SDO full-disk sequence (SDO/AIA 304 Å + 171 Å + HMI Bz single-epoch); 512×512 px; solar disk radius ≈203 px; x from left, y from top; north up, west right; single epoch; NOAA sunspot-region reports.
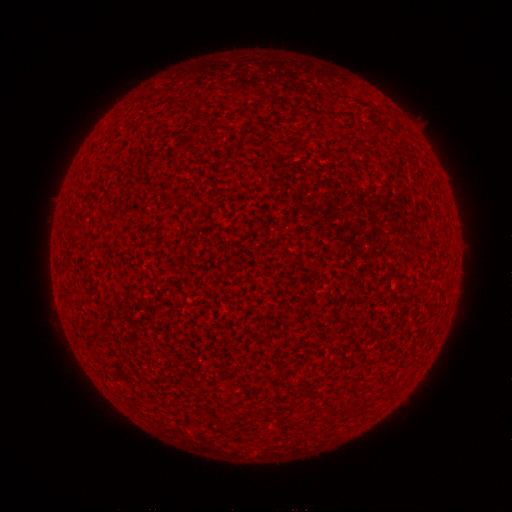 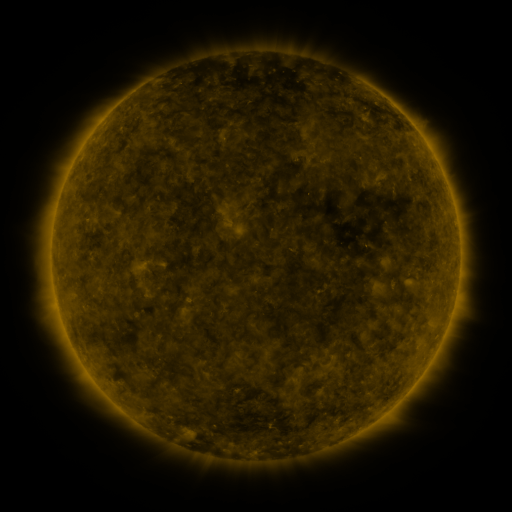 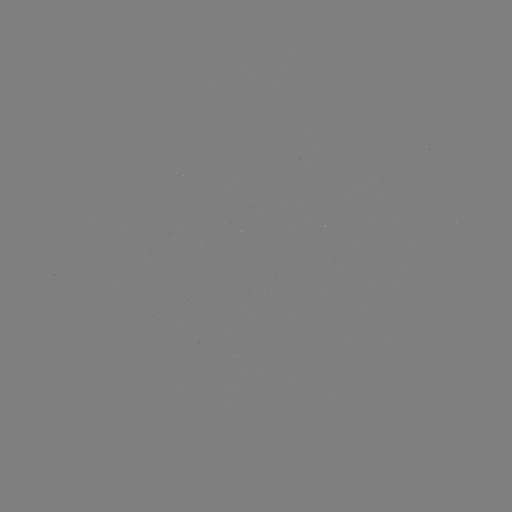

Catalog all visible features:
(none)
